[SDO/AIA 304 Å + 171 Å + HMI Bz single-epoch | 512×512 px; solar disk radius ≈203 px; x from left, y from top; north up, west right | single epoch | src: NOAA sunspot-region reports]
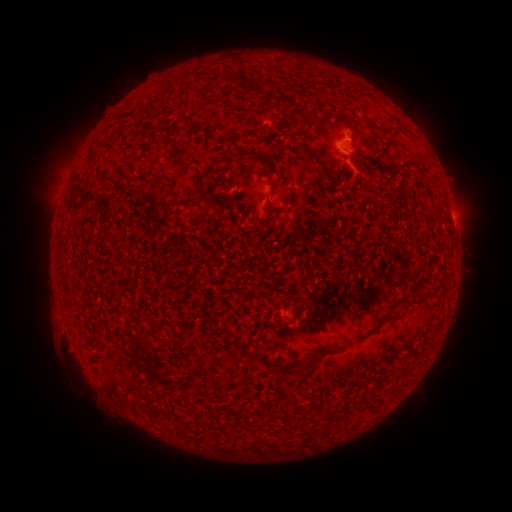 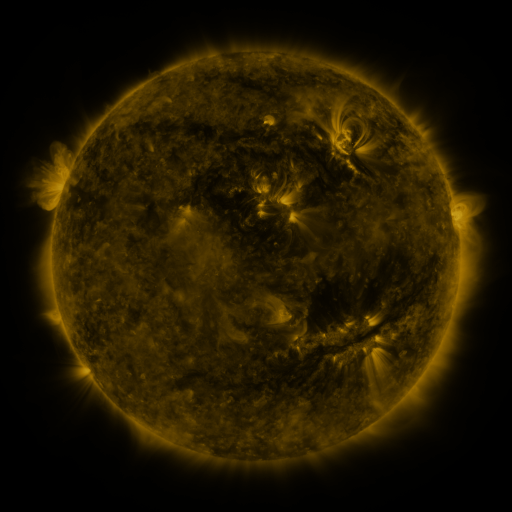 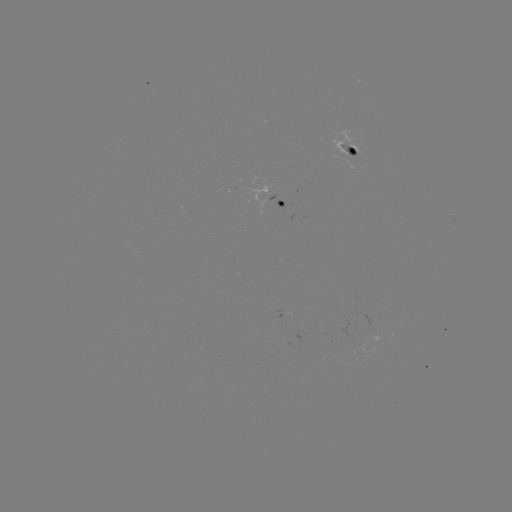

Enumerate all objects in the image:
spotted active region: (356, 150)
spotted active region: (286, 201)
spotted active region: (454, 217)
